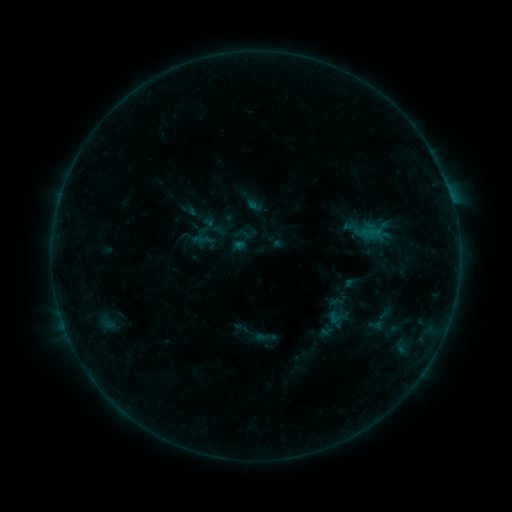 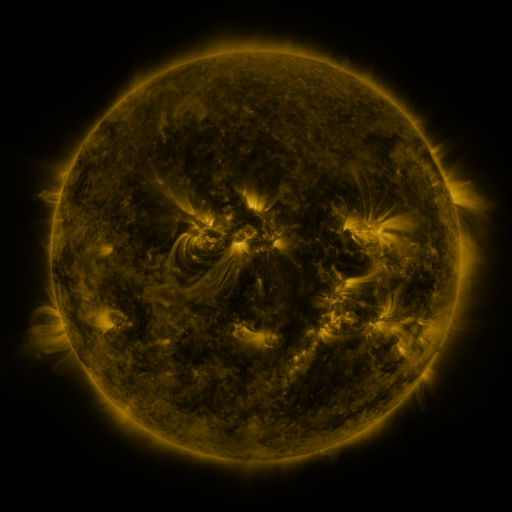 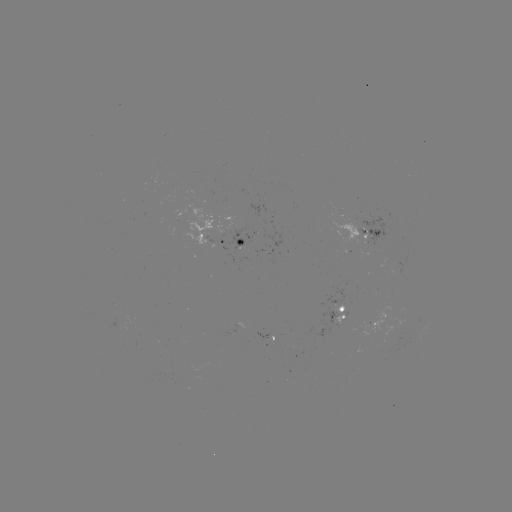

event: sigmoid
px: (210, 235)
